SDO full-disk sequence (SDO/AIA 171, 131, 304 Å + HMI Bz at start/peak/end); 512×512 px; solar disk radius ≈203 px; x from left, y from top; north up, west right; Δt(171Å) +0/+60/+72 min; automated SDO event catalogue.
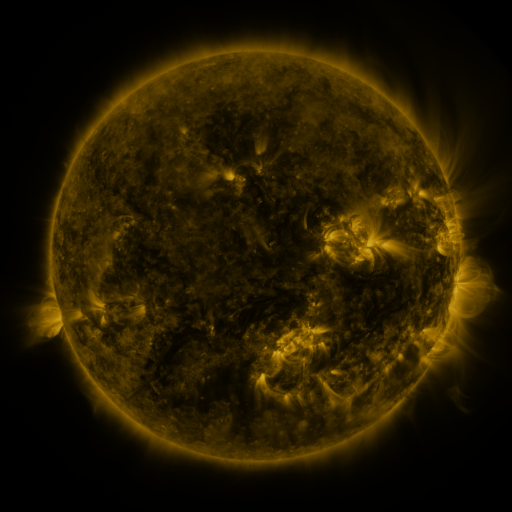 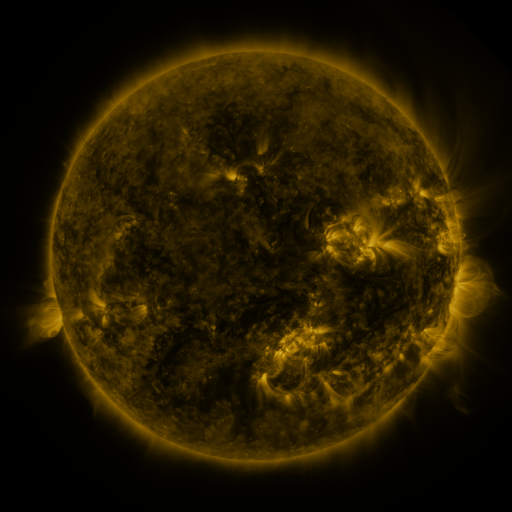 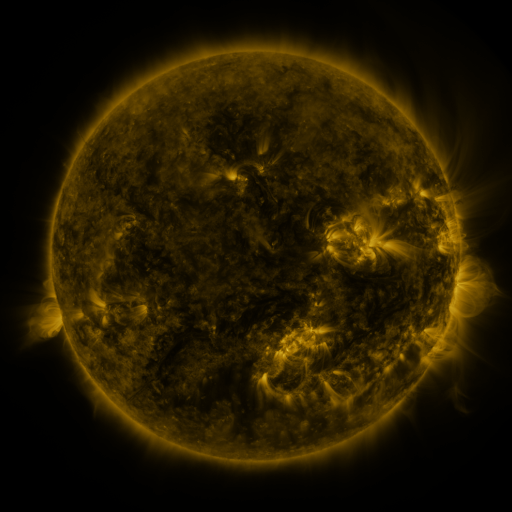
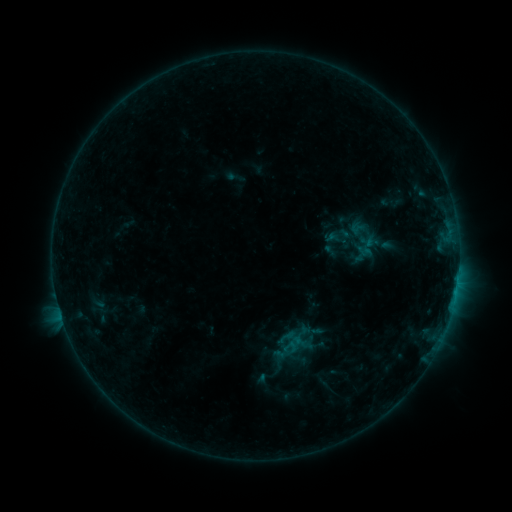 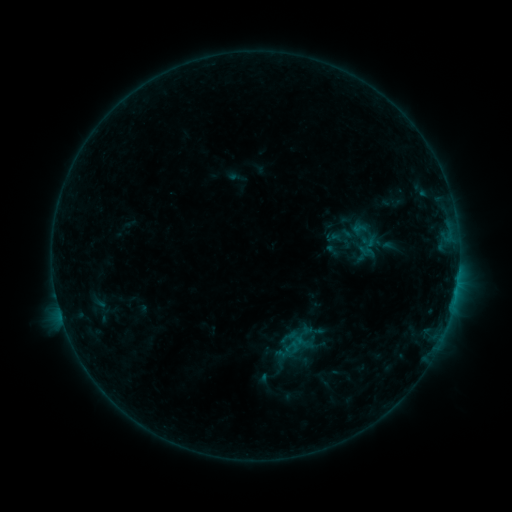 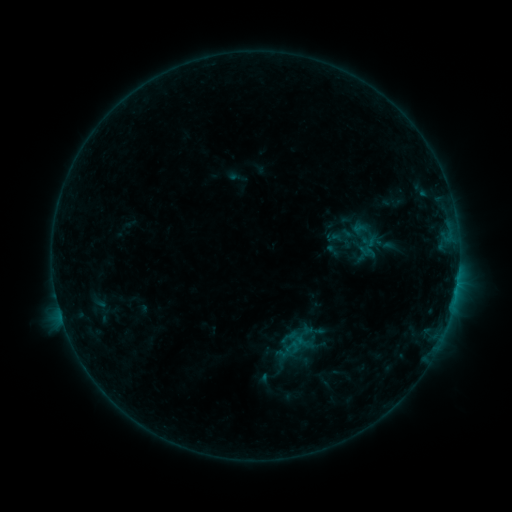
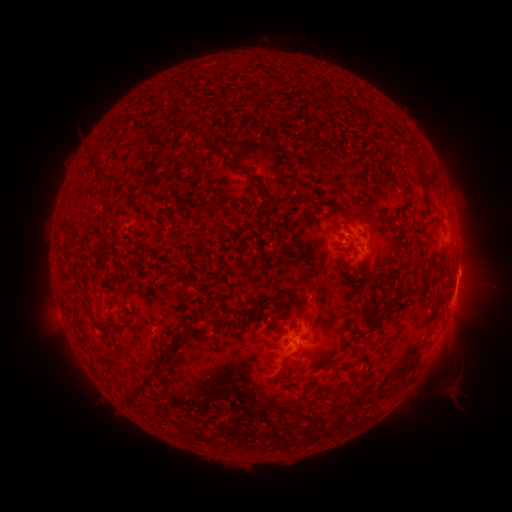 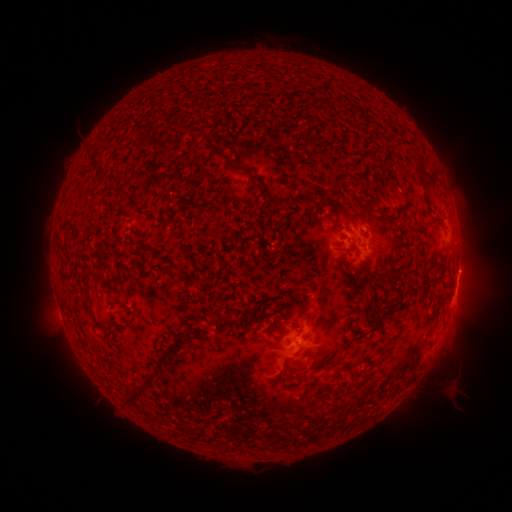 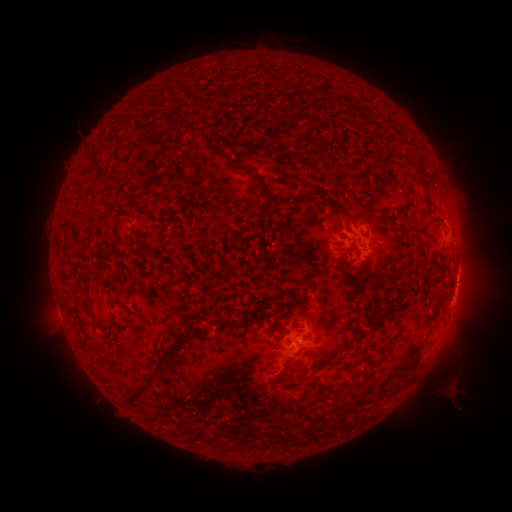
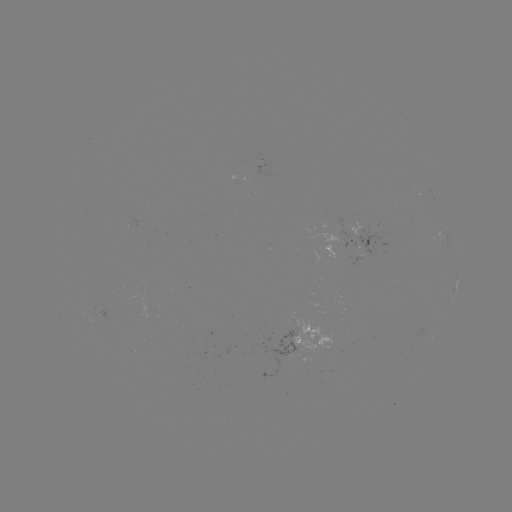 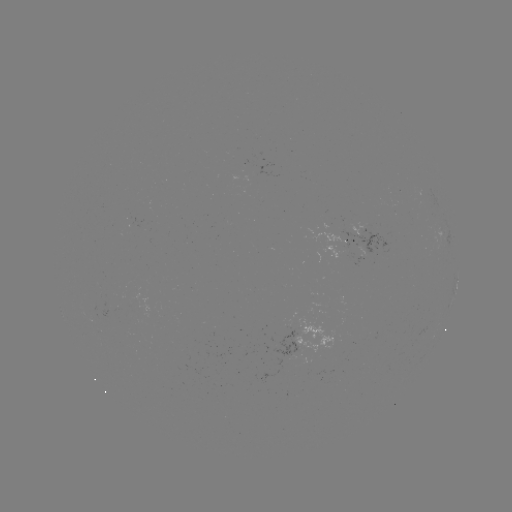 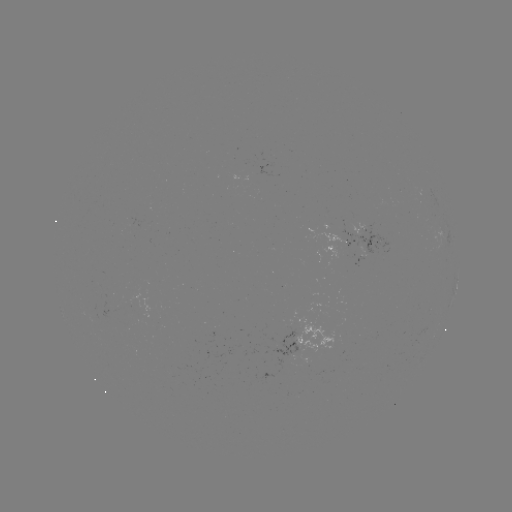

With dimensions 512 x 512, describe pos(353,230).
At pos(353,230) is emerging-flux region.